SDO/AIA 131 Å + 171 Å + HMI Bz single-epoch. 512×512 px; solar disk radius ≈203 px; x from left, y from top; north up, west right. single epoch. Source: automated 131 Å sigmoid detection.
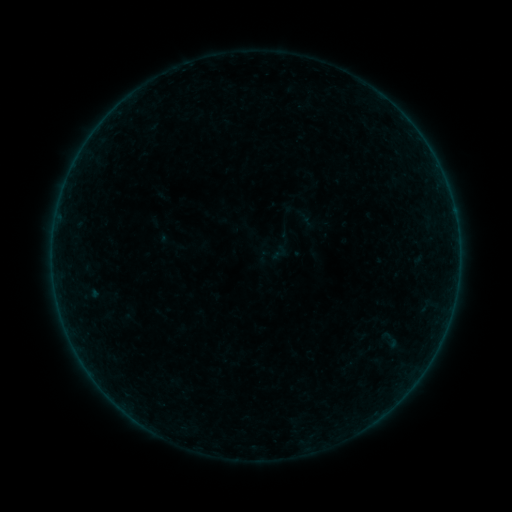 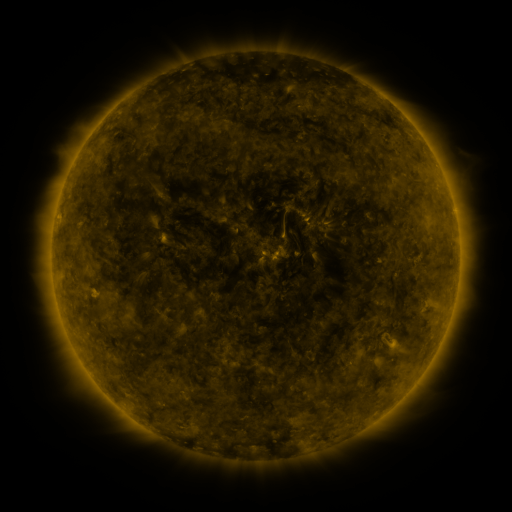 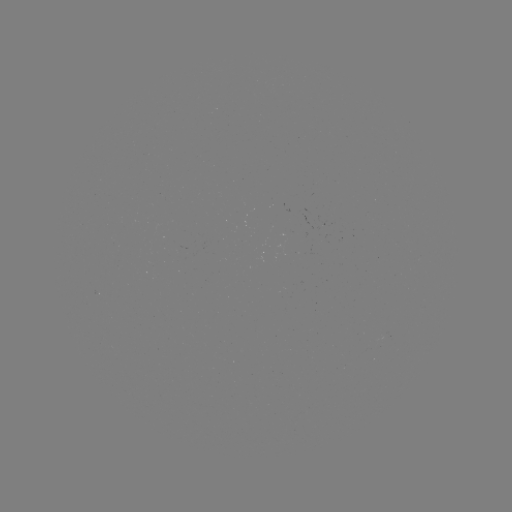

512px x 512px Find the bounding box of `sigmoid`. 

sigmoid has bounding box [270, 243, 288, 262].